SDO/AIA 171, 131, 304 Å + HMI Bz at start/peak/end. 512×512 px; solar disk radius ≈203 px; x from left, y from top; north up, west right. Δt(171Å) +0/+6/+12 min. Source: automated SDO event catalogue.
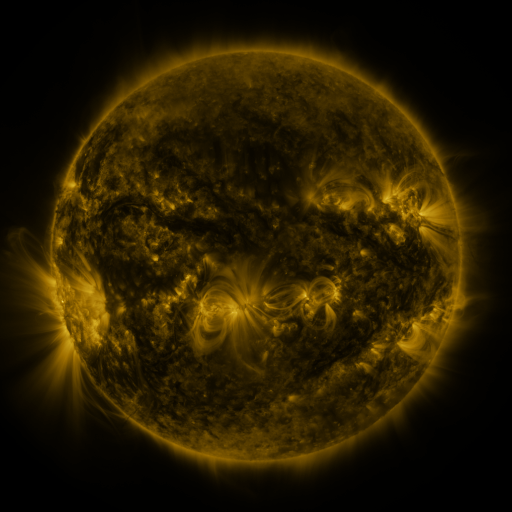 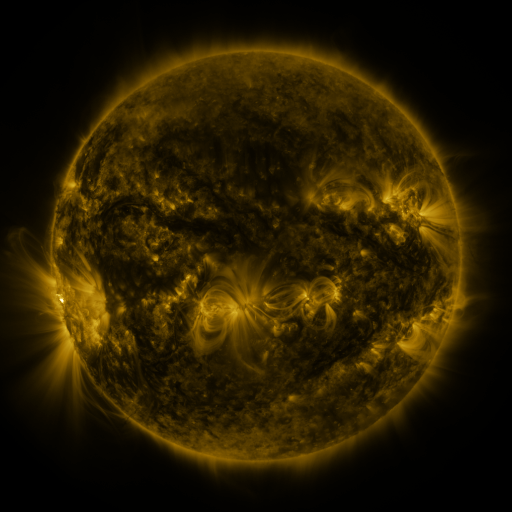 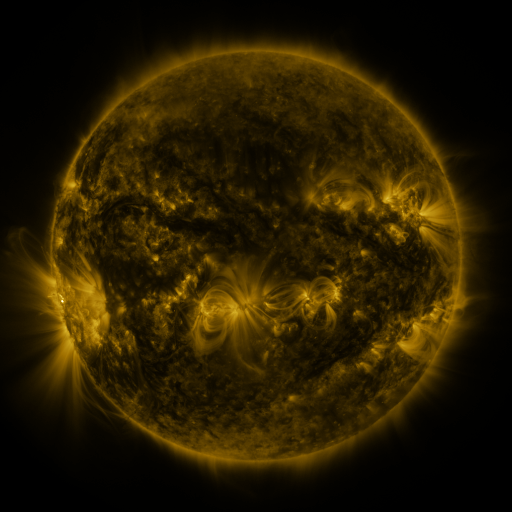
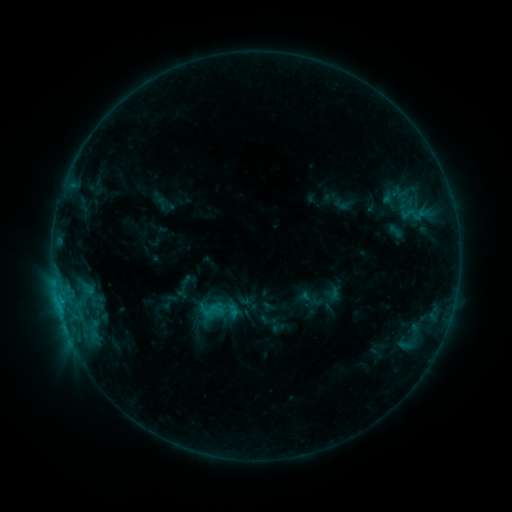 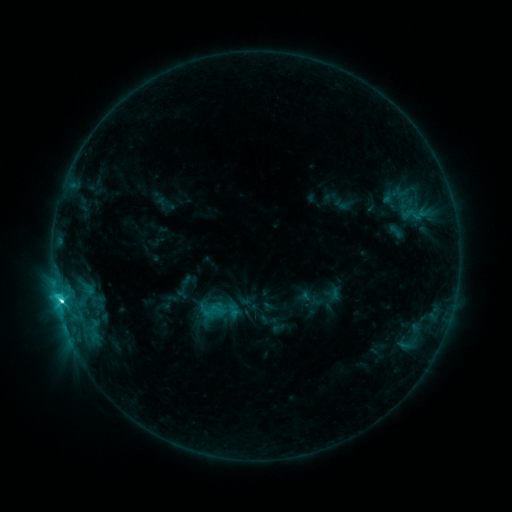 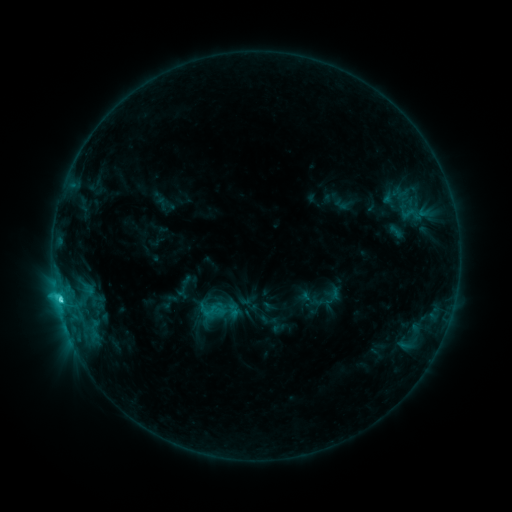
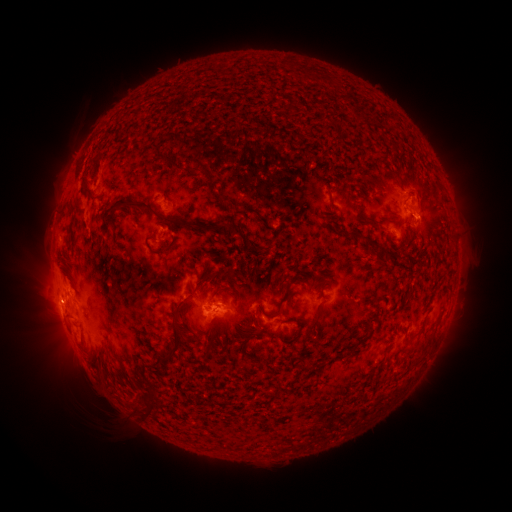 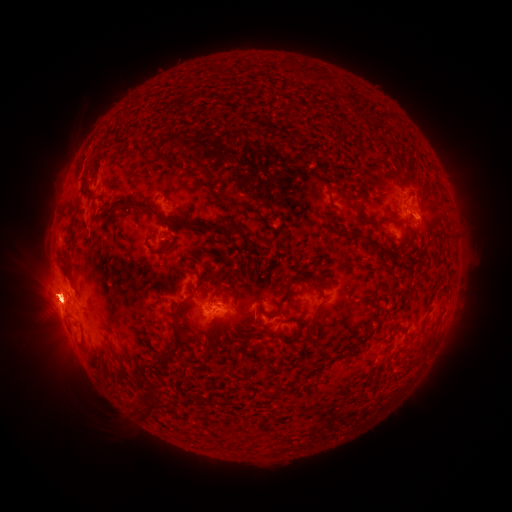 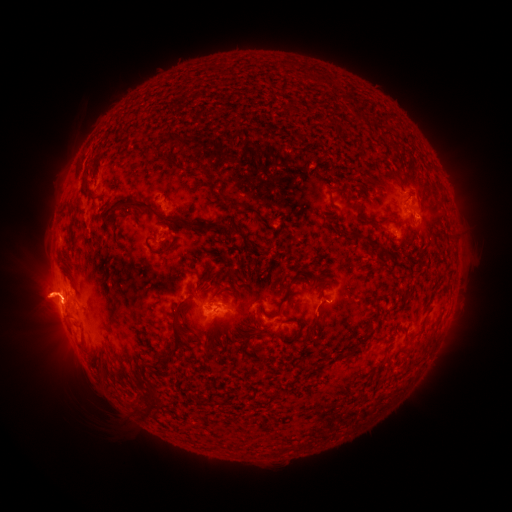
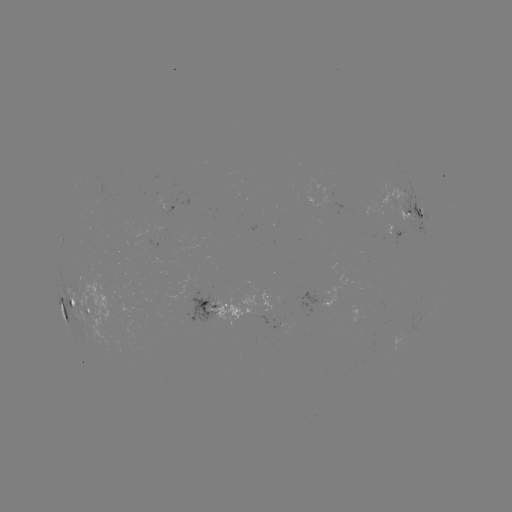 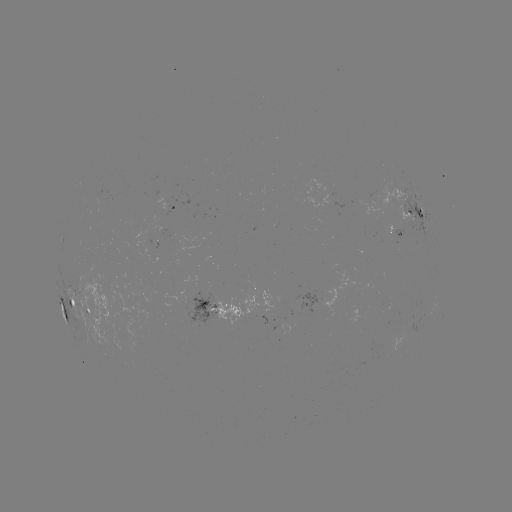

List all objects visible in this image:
eruption: (50, 246)
